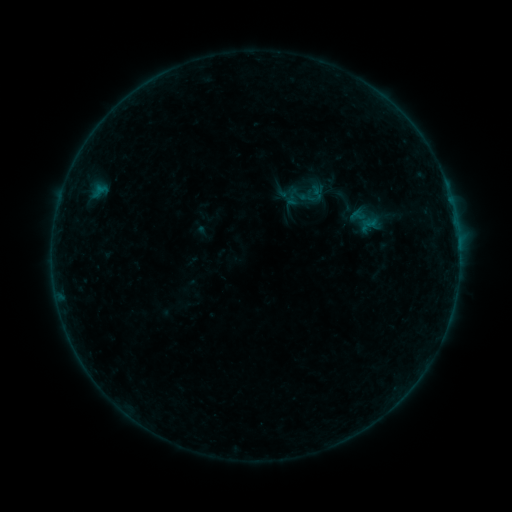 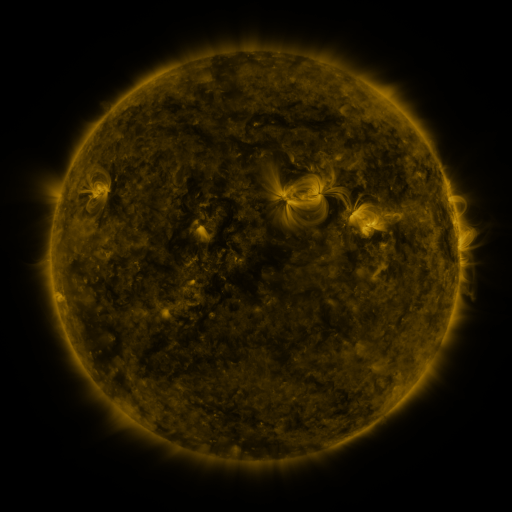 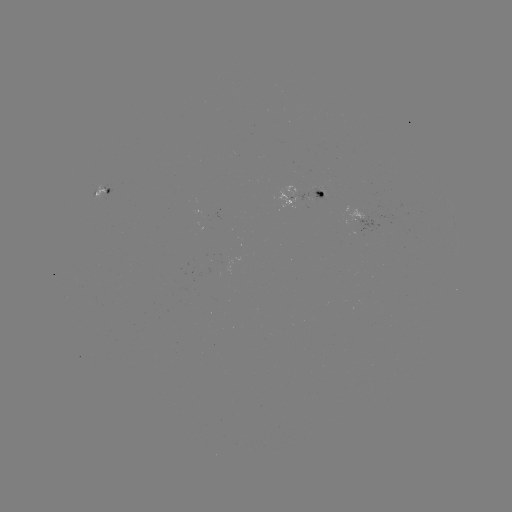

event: sigmoid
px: (344, 198)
